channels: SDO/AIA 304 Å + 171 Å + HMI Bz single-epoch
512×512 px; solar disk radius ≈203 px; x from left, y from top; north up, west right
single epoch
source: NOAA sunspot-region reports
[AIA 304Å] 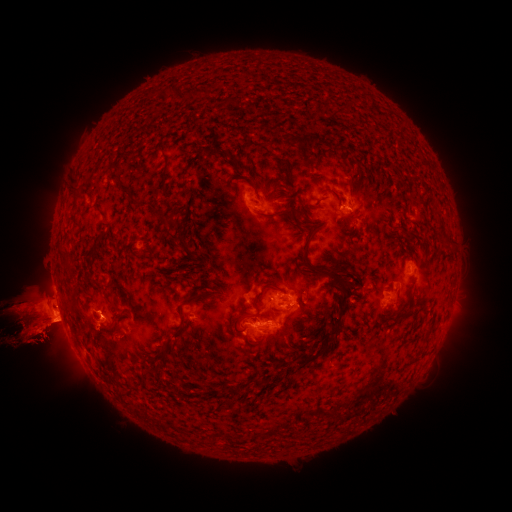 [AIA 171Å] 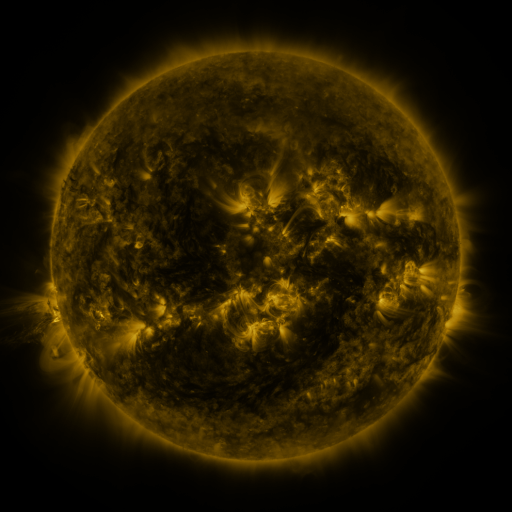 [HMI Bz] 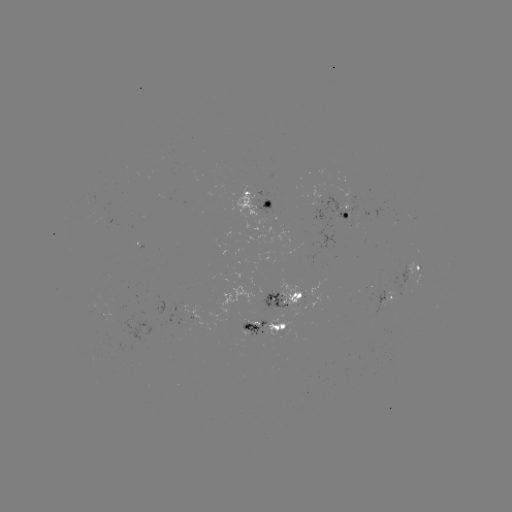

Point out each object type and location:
spotted active region: (262, 200)
spotted active region: (349, 210)
spotted active region: (416, 270)
spotted active region: (287, 299)
spotted active region: (389, 299)
spotted active region: (266, 326)
